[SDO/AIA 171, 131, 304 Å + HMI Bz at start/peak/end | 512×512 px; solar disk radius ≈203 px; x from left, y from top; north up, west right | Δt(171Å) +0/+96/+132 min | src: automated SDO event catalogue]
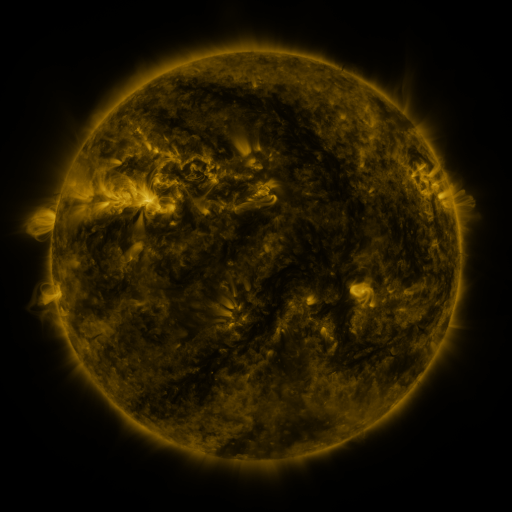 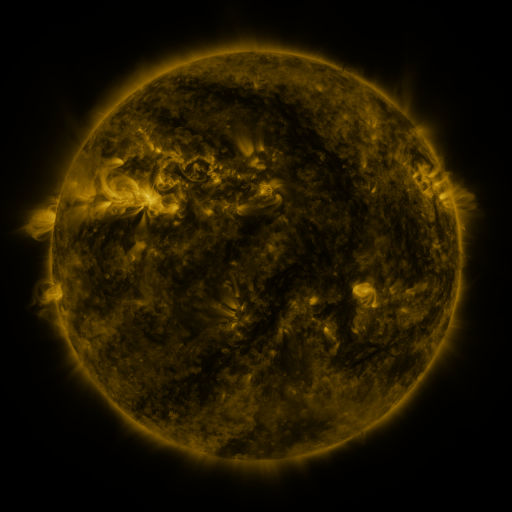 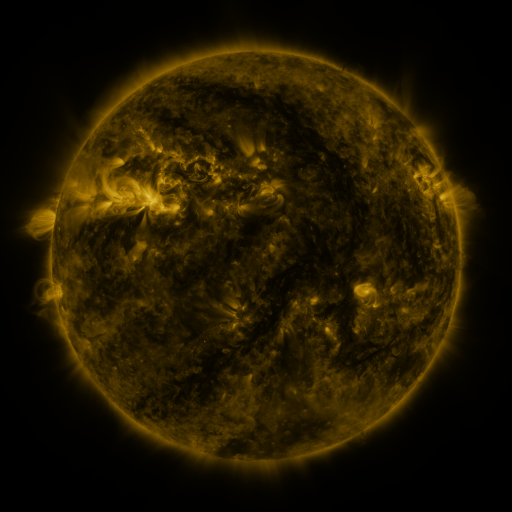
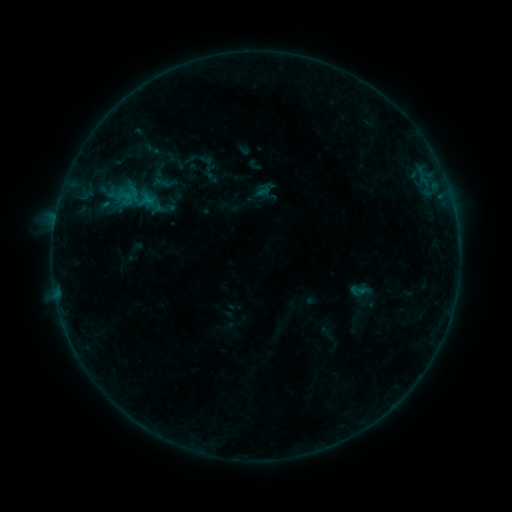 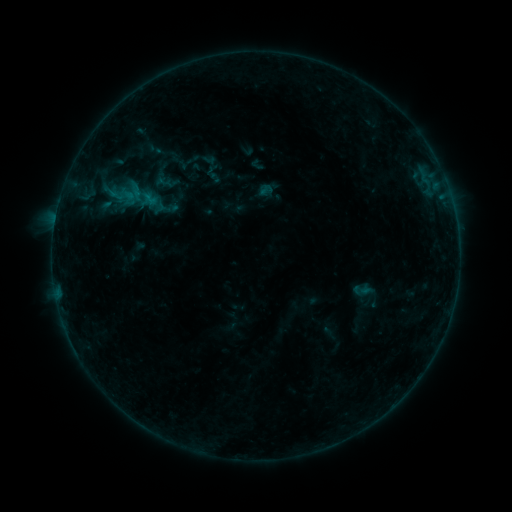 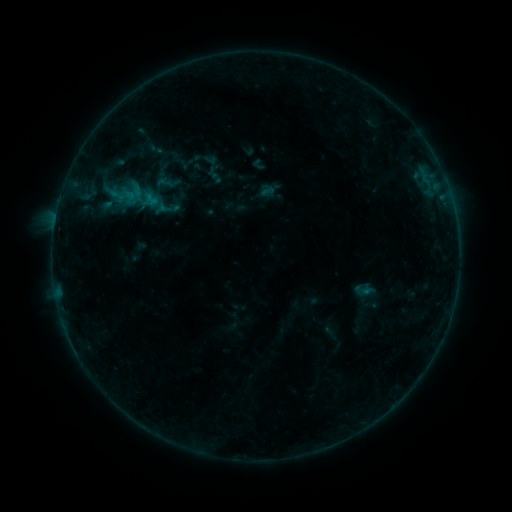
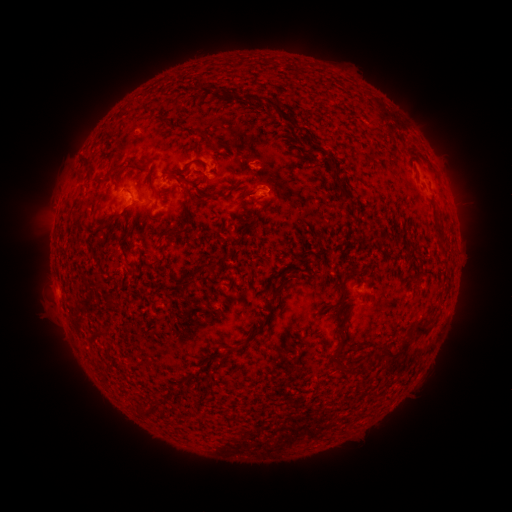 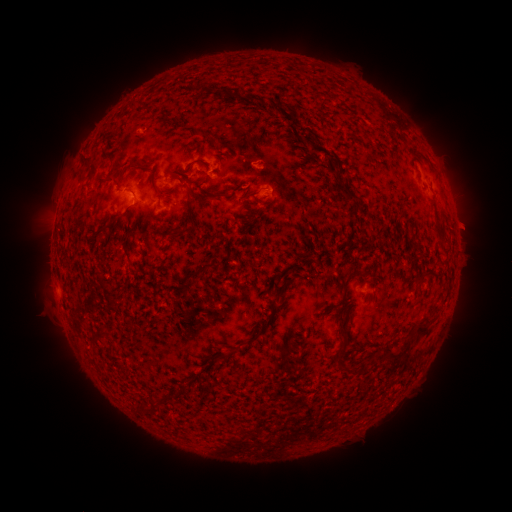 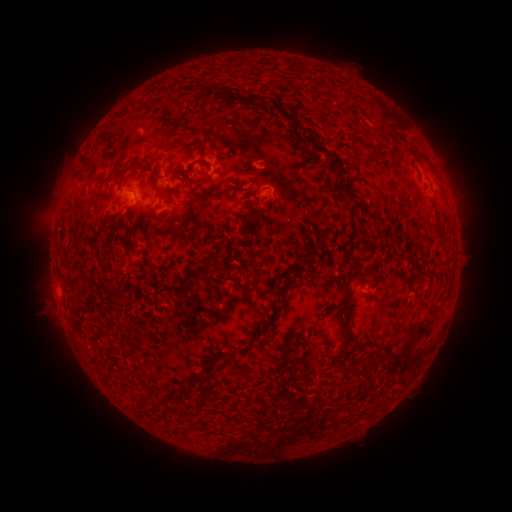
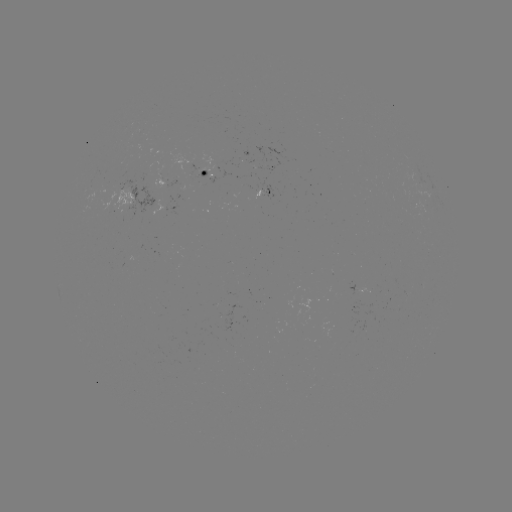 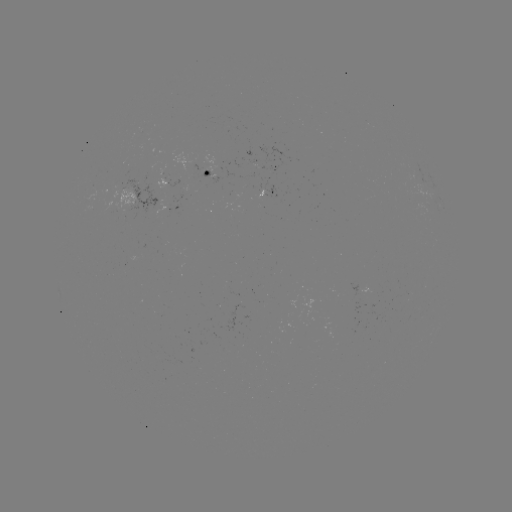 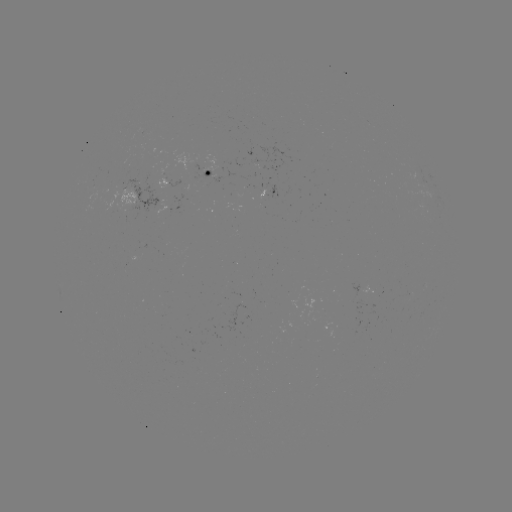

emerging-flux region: (333, 282, 356, 291)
